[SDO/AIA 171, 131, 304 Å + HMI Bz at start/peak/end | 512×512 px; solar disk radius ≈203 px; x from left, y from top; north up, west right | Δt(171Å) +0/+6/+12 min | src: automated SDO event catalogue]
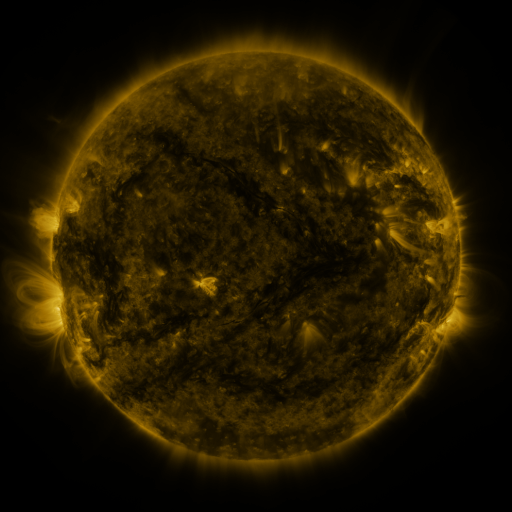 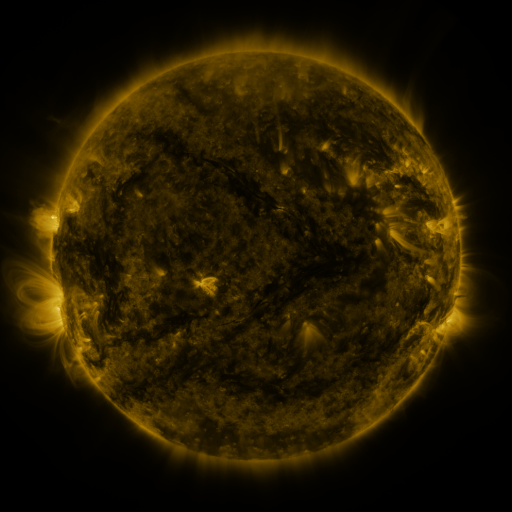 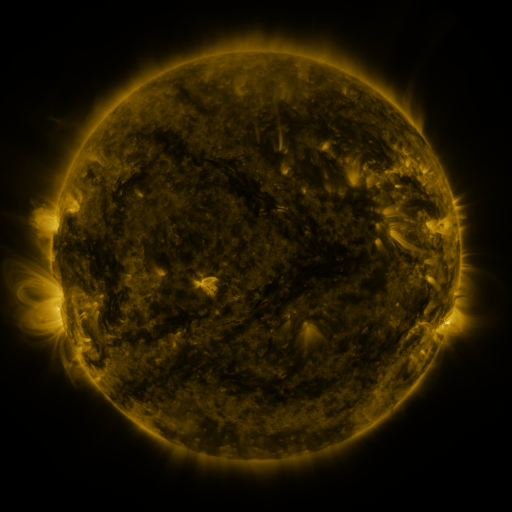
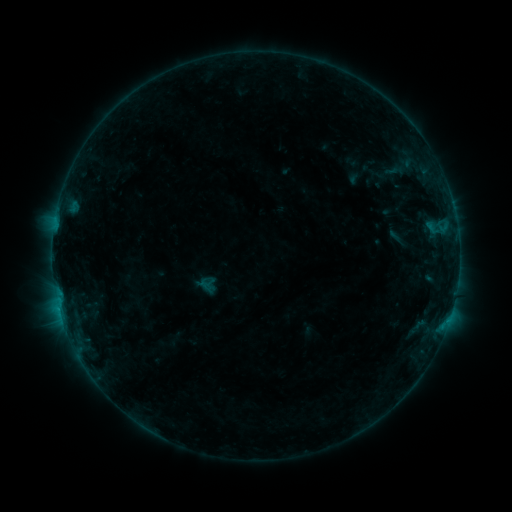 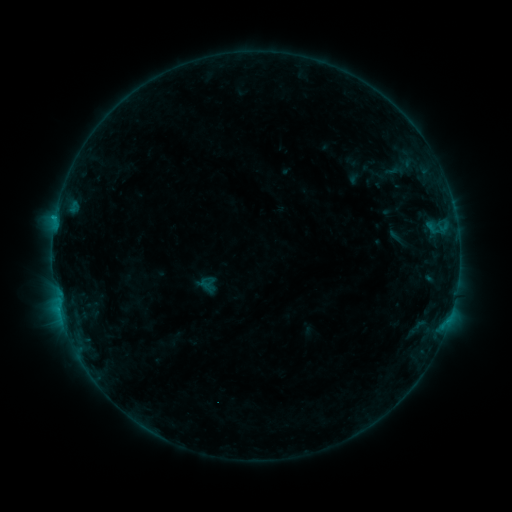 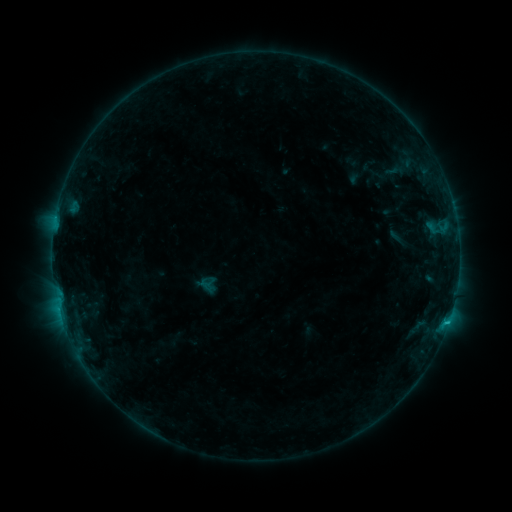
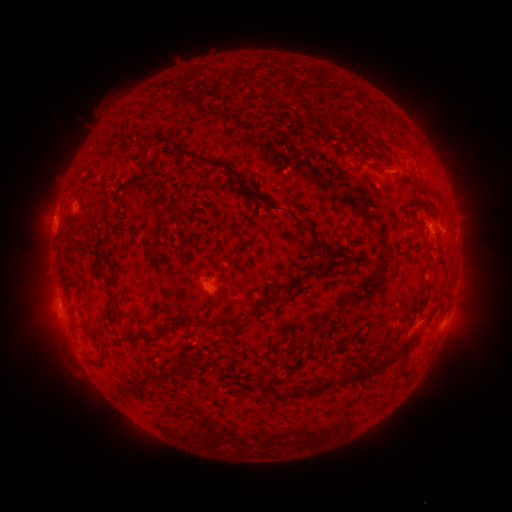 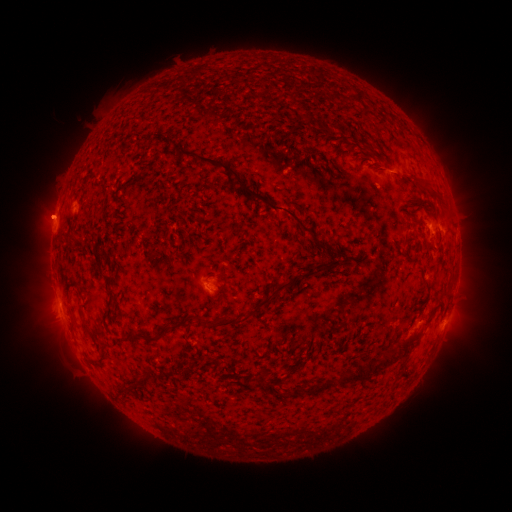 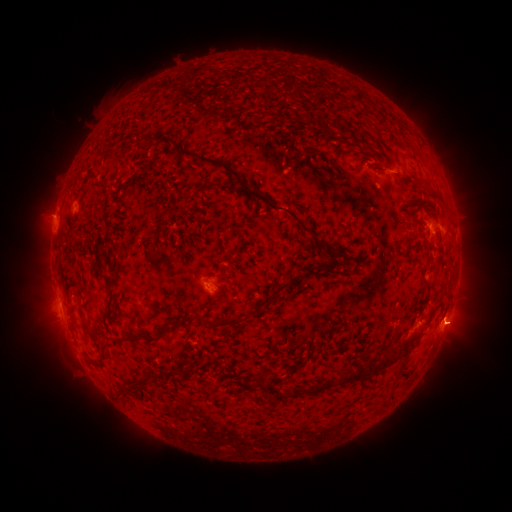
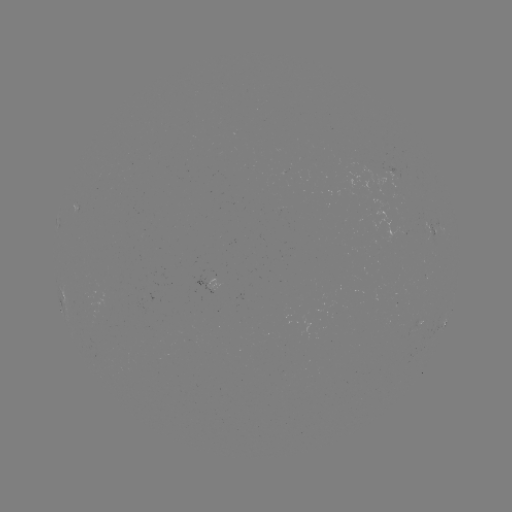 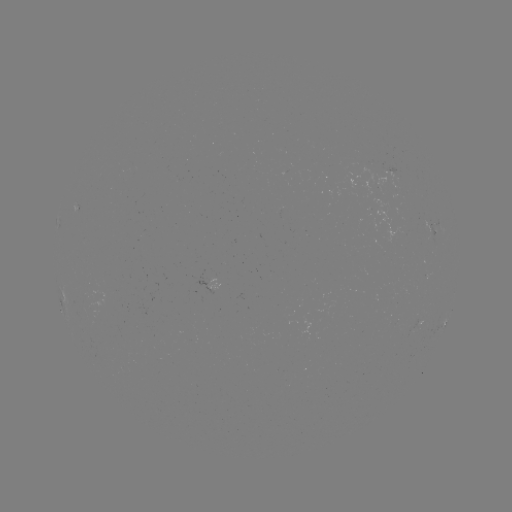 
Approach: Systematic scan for eruption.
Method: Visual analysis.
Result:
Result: eruption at [49, 215].